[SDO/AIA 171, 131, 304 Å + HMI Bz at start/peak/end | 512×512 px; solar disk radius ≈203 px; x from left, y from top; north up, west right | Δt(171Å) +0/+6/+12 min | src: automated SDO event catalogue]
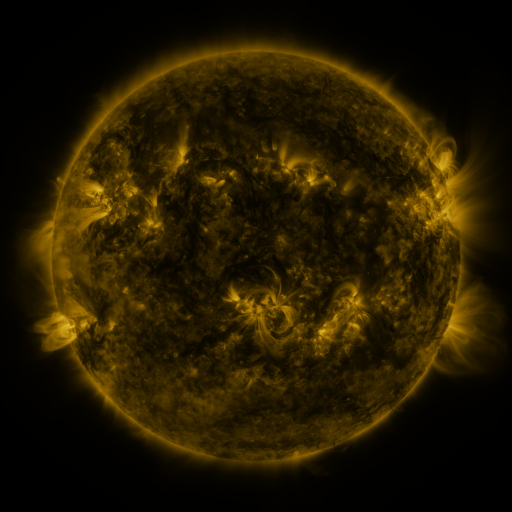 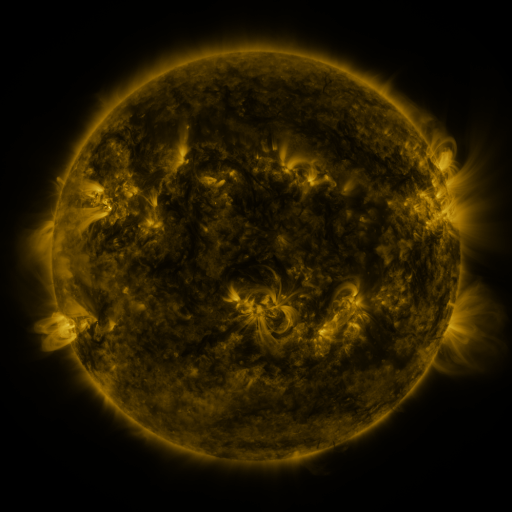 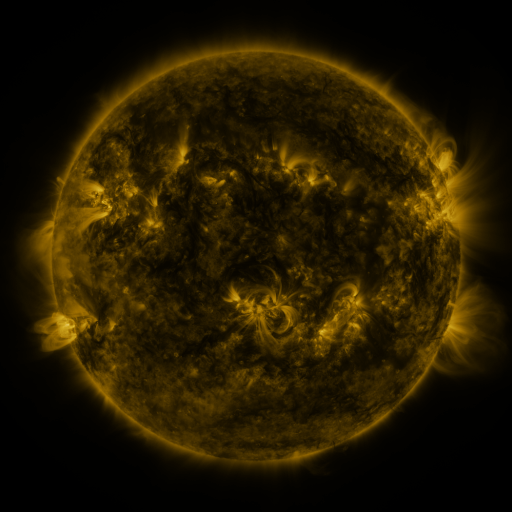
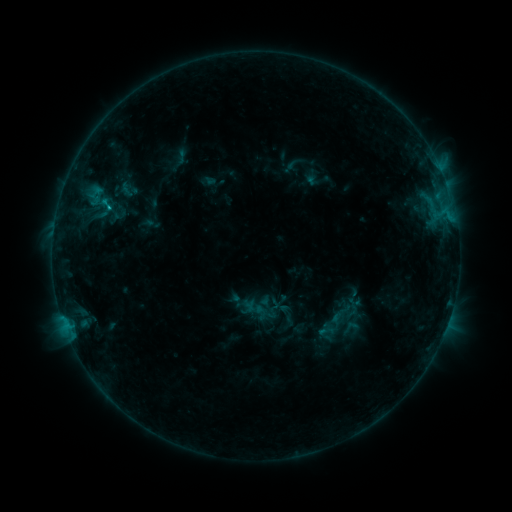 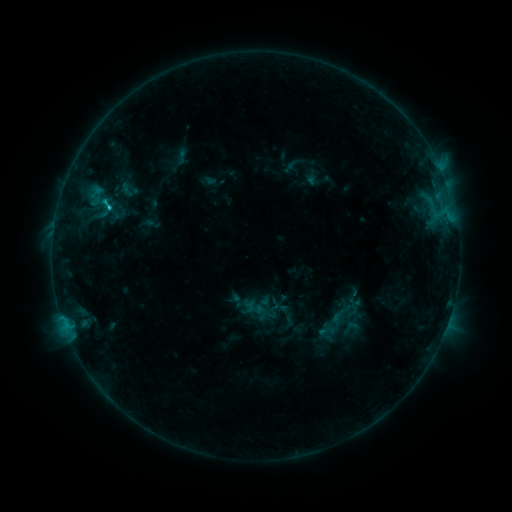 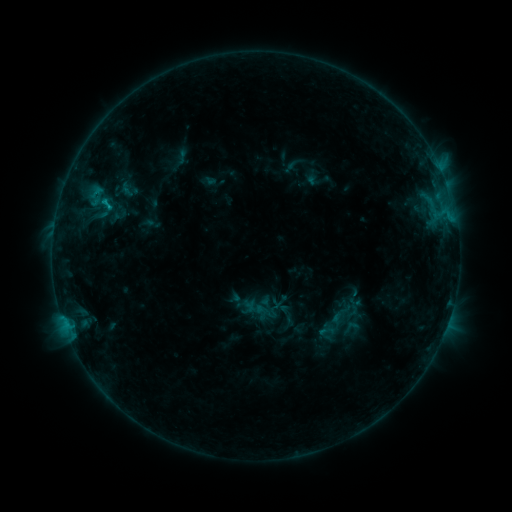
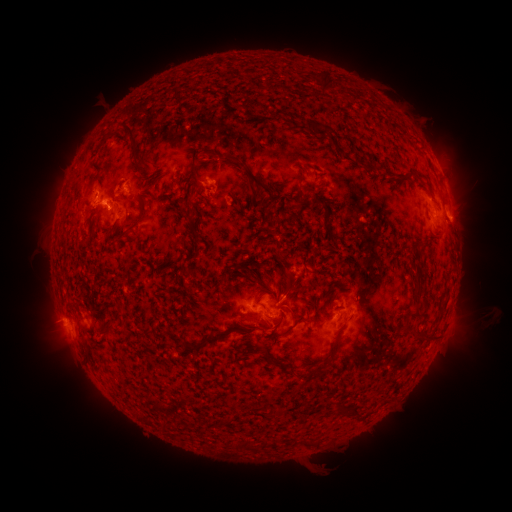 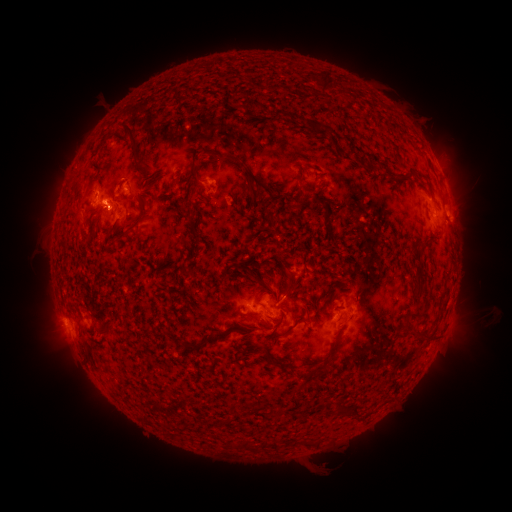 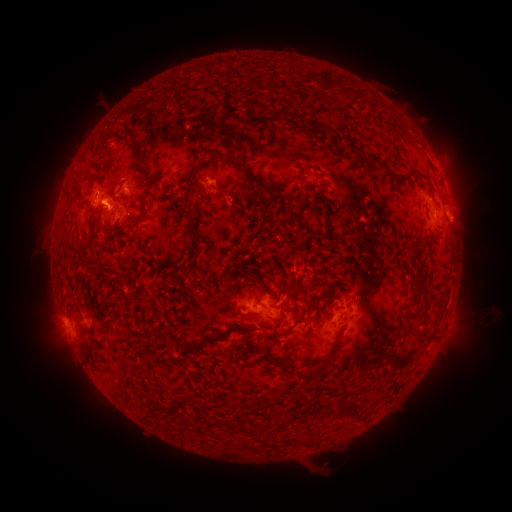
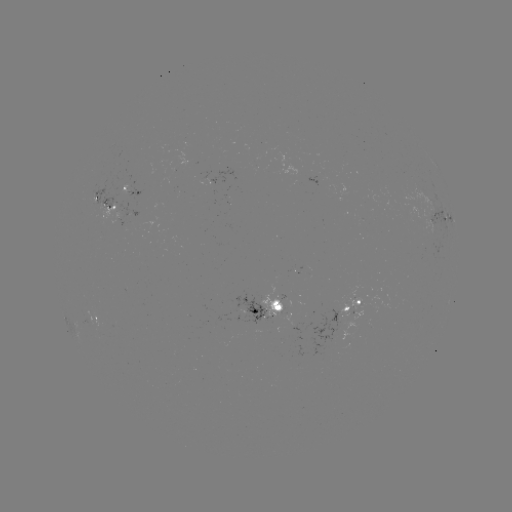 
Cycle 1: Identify C1.3 flare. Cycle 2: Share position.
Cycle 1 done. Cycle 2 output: [111, 211].